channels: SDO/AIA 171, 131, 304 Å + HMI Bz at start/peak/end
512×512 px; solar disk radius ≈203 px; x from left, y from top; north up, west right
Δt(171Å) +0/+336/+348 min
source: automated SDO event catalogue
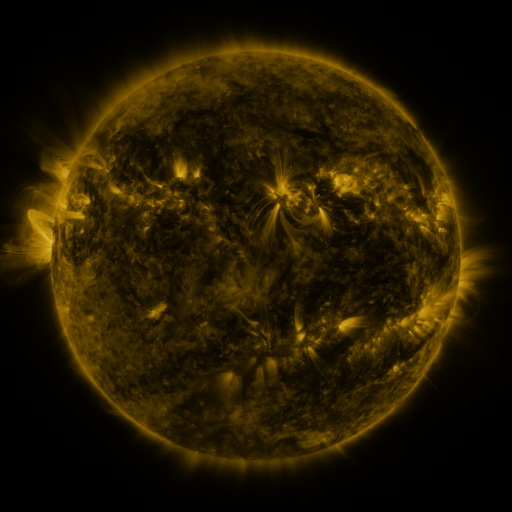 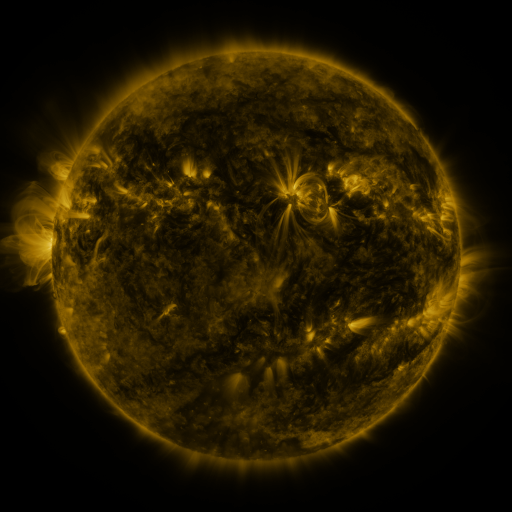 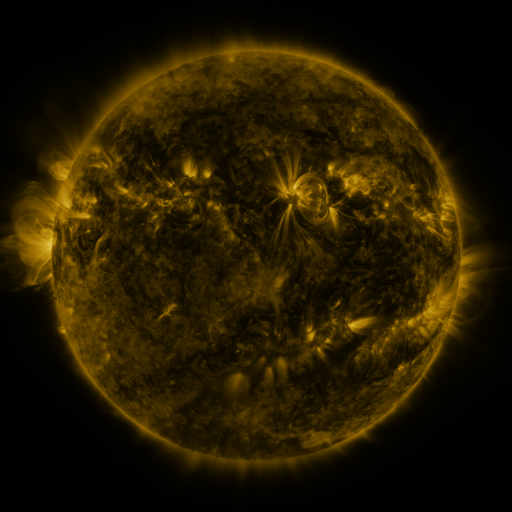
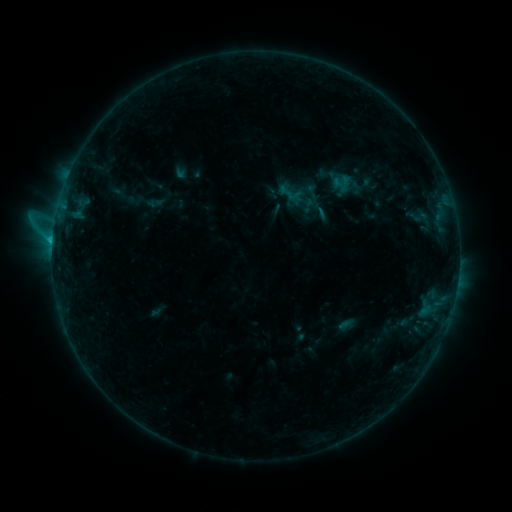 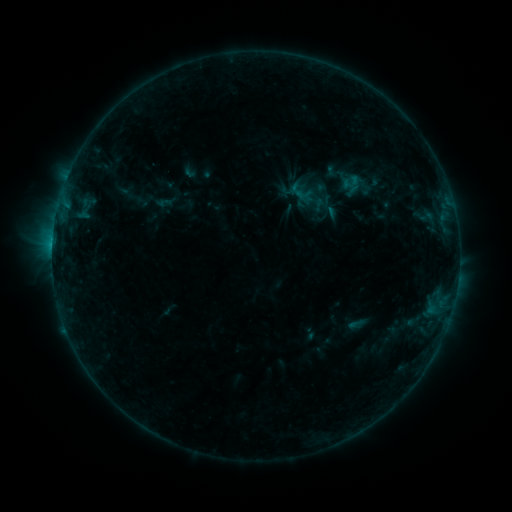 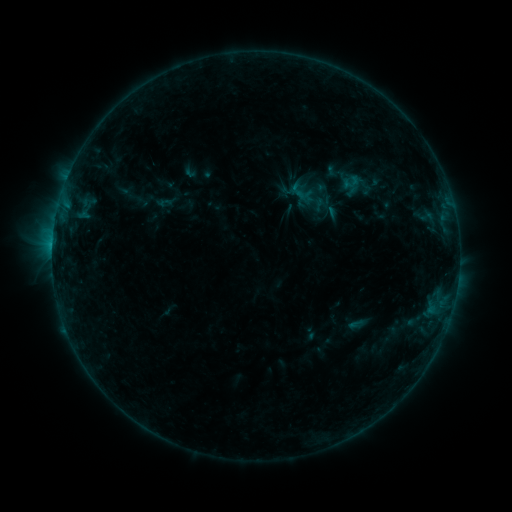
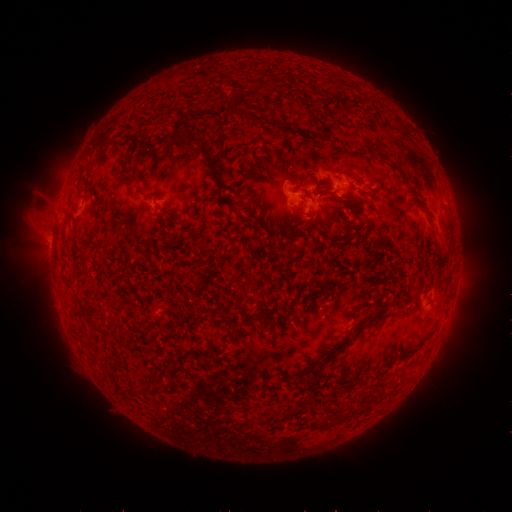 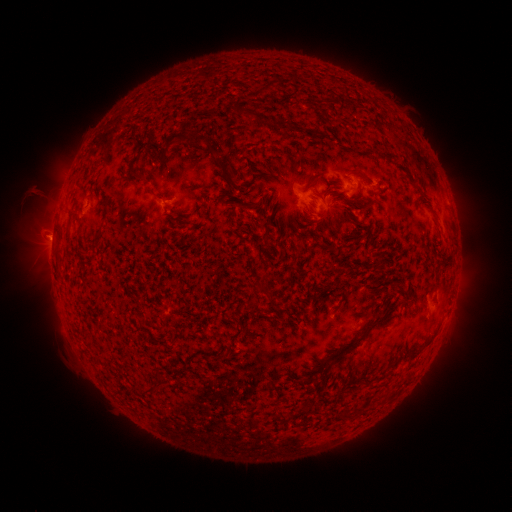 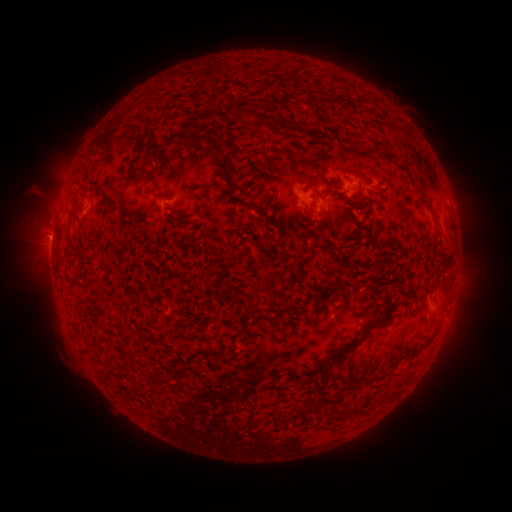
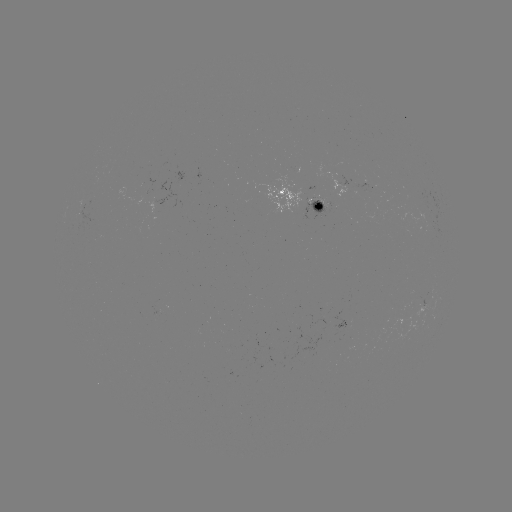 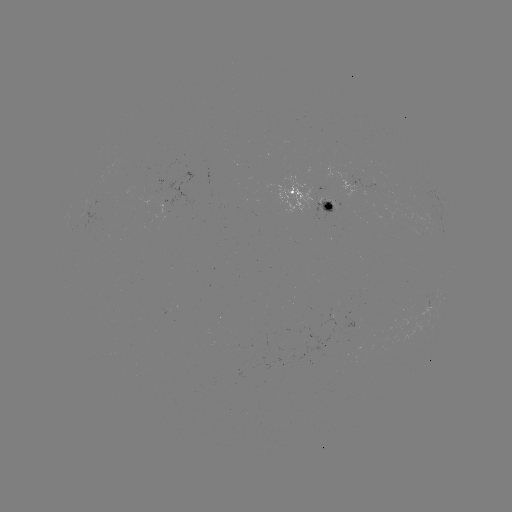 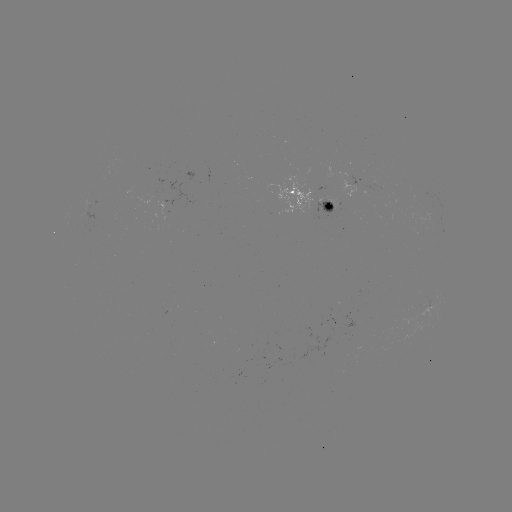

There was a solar emerging-flux region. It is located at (330, 211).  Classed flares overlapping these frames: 2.